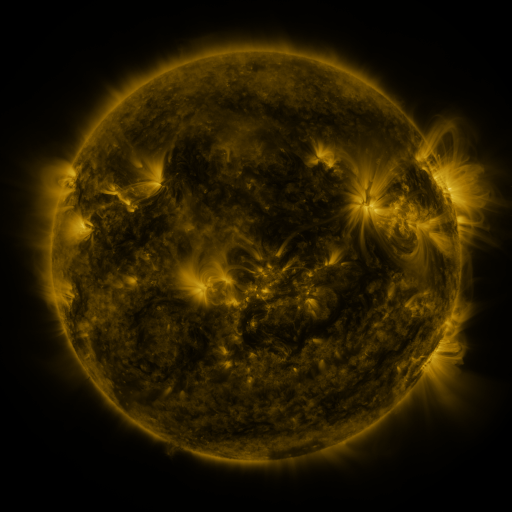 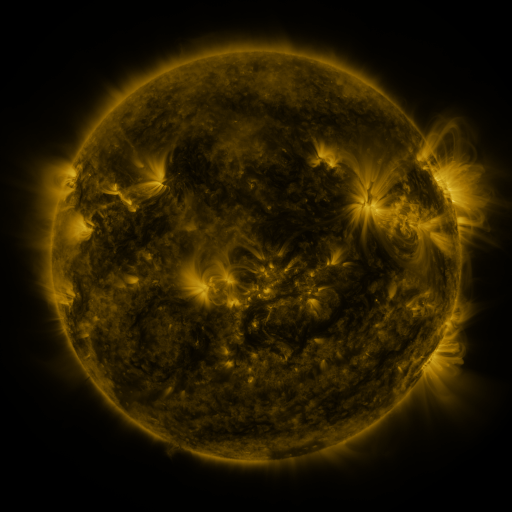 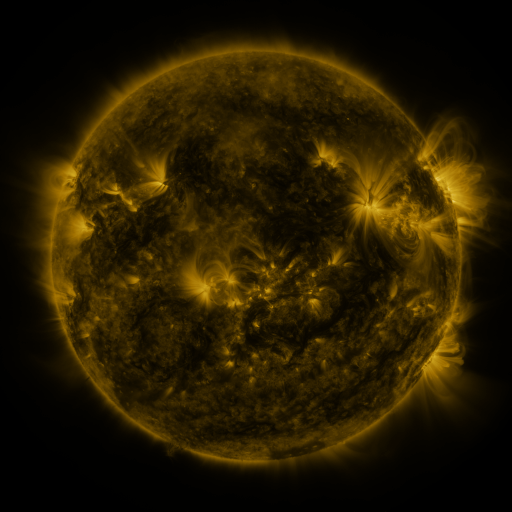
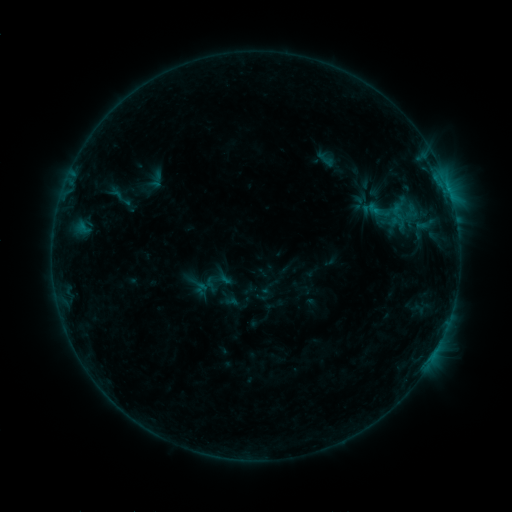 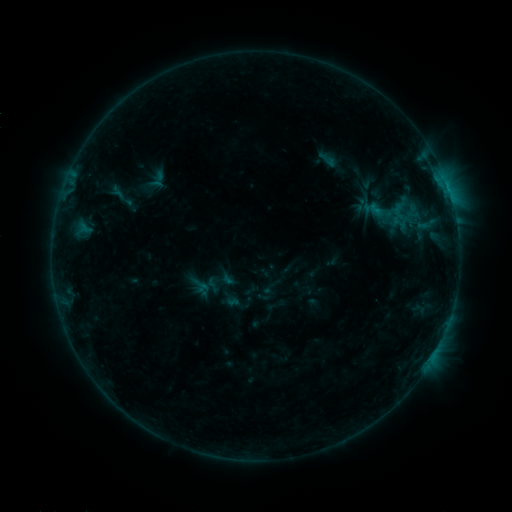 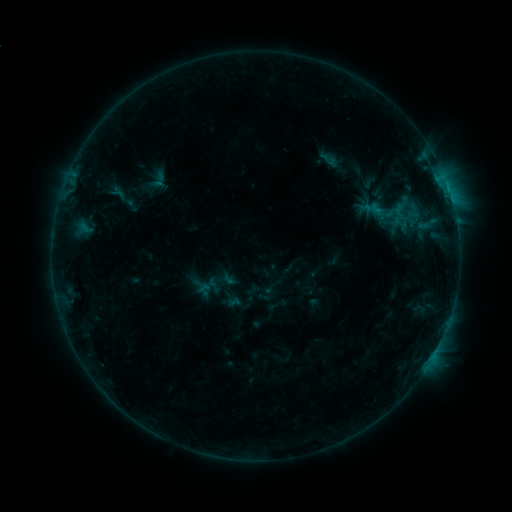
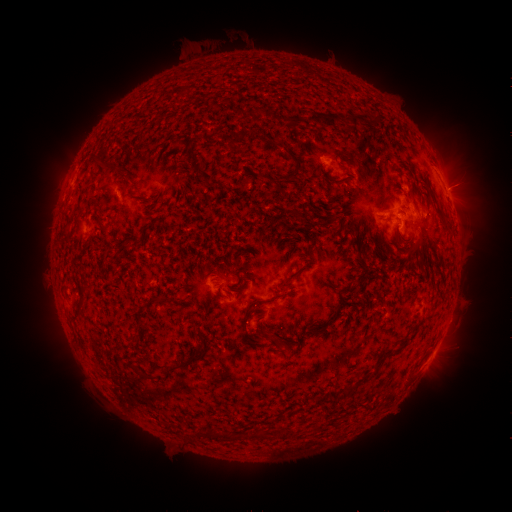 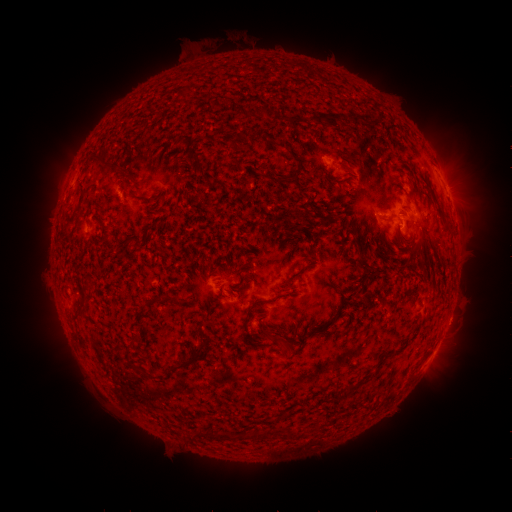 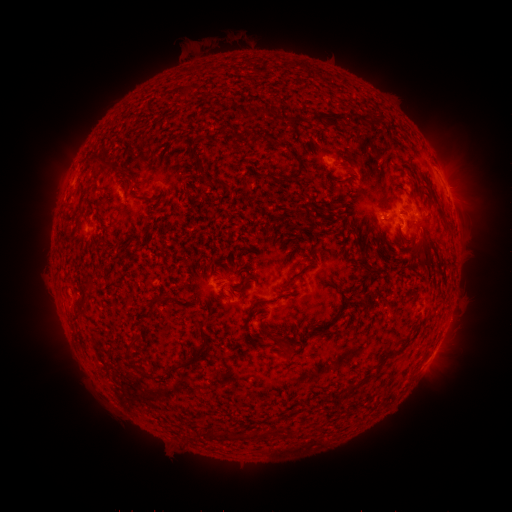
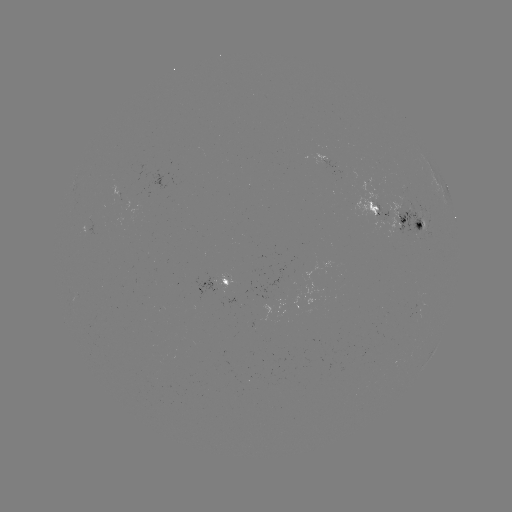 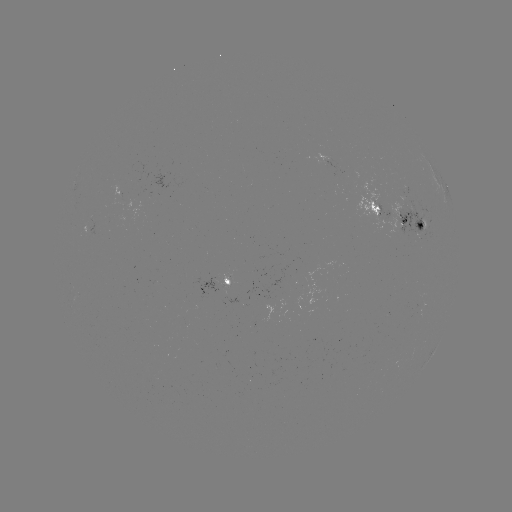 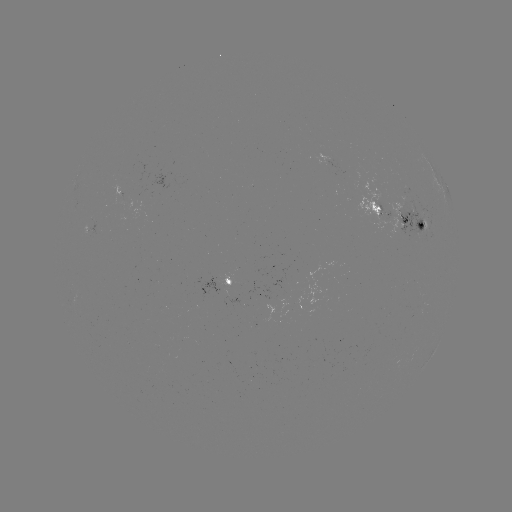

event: emerging-flux region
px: (350, 173)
